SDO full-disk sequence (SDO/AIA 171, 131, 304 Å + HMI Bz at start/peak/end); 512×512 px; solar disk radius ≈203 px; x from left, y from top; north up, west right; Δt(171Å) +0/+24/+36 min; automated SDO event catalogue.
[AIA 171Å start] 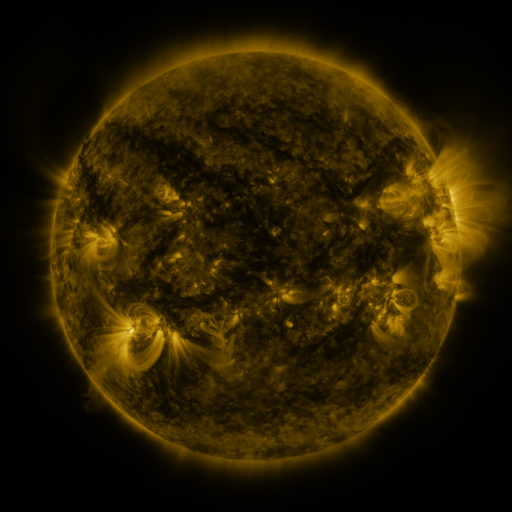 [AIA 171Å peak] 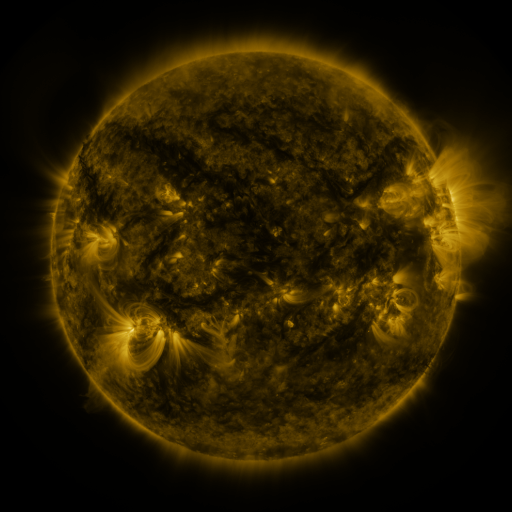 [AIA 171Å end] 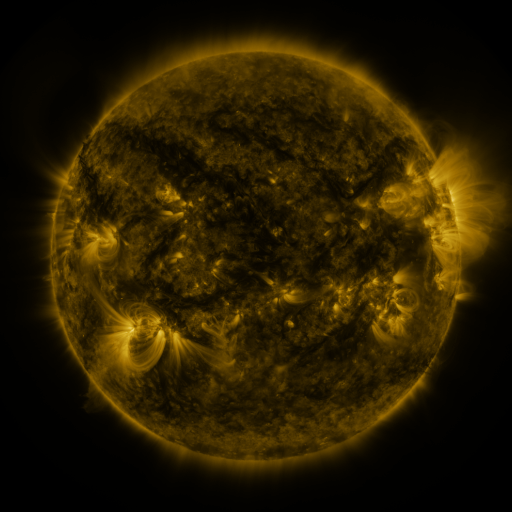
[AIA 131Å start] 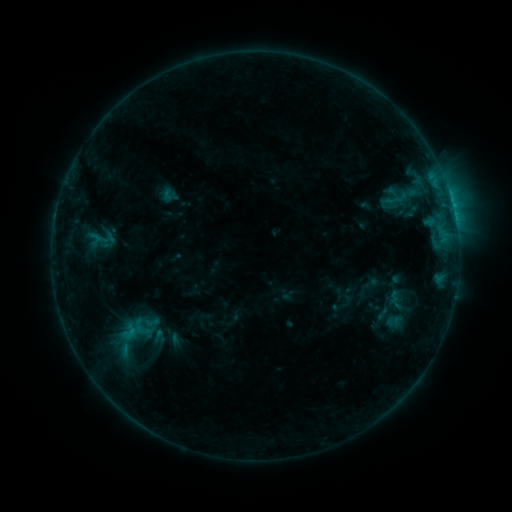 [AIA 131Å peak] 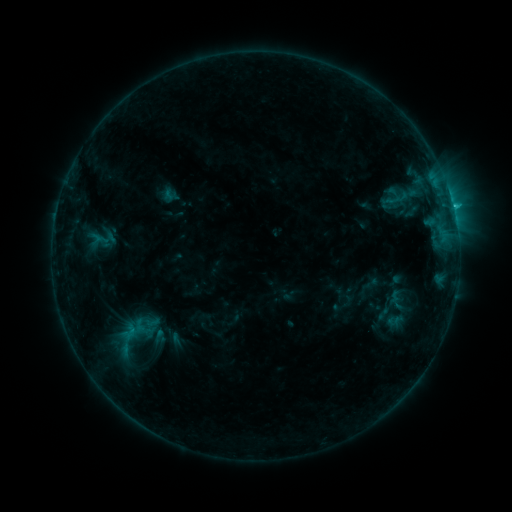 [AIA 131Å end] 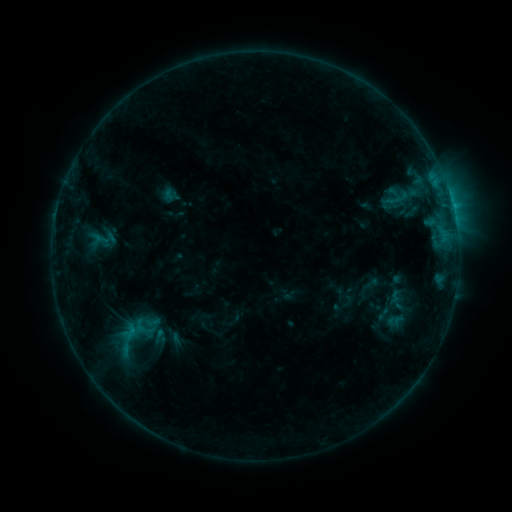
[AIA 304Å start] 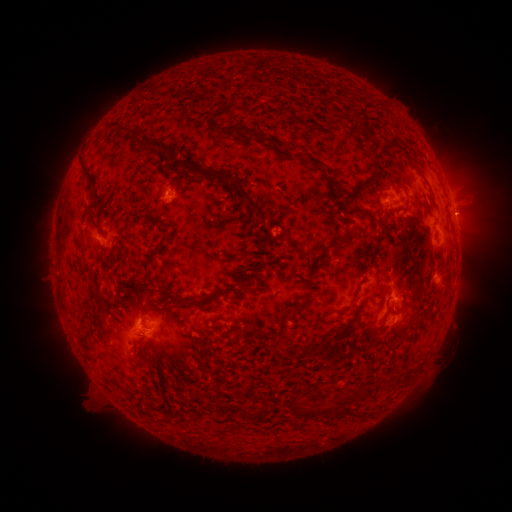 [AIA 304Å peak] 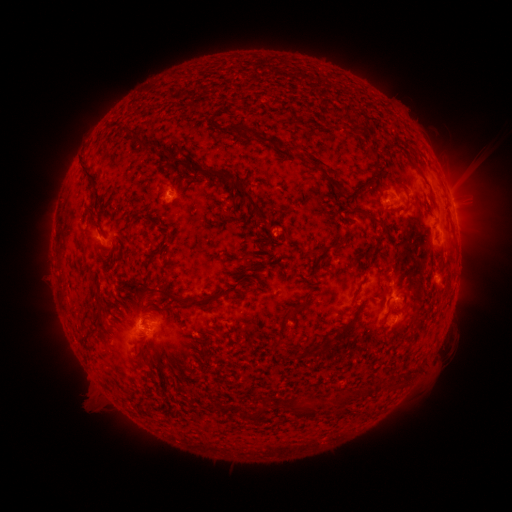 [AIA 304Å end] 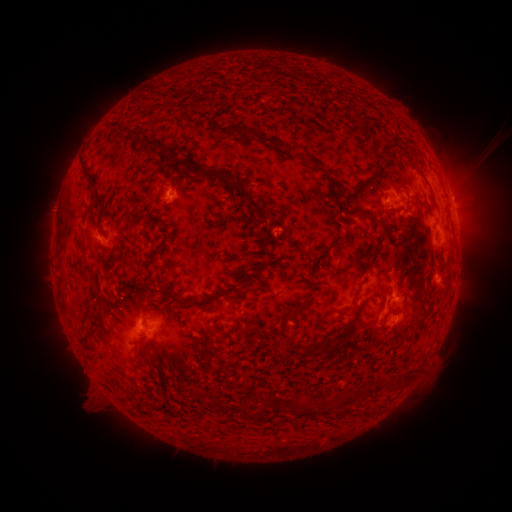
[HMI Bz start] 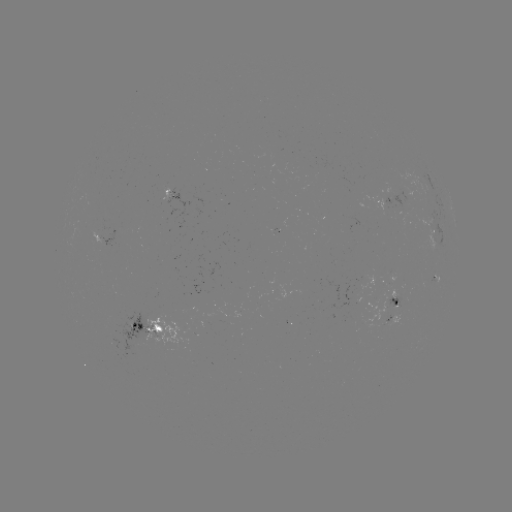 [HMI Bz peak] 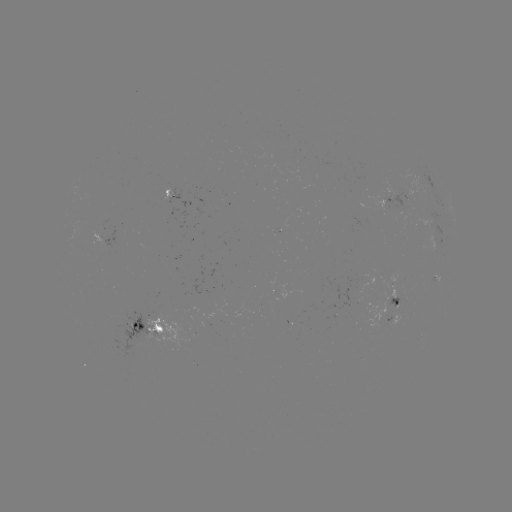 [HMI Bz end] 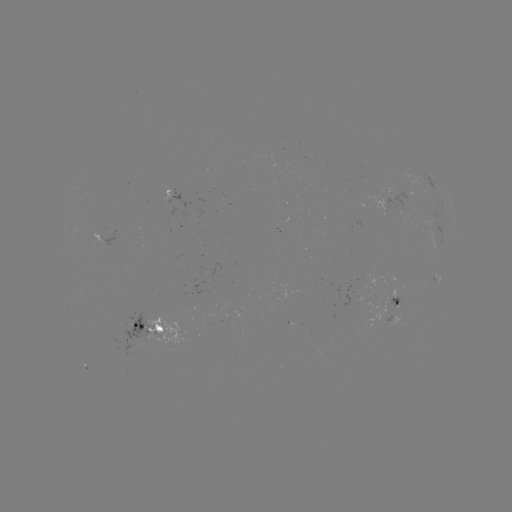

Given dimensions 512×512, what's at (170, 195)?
C1.2 flare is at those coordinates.